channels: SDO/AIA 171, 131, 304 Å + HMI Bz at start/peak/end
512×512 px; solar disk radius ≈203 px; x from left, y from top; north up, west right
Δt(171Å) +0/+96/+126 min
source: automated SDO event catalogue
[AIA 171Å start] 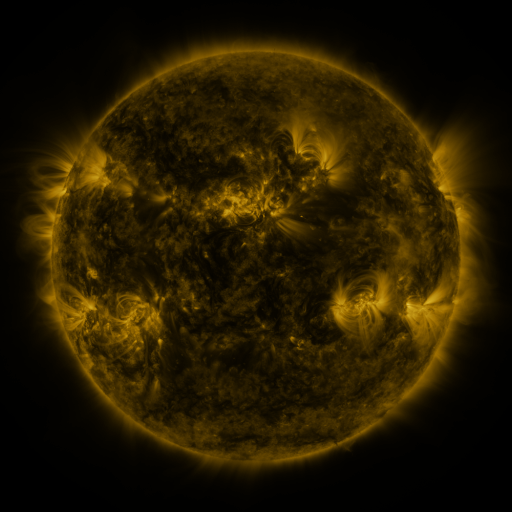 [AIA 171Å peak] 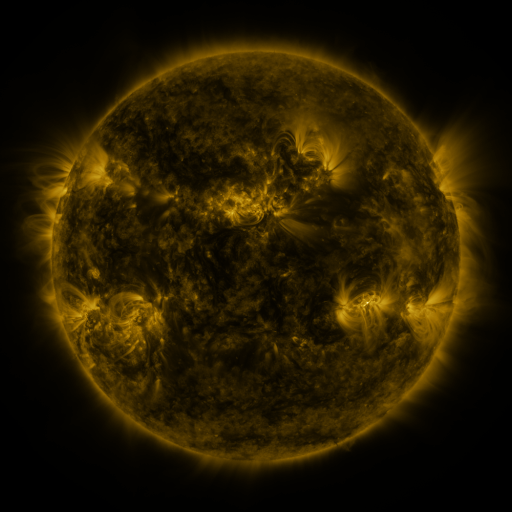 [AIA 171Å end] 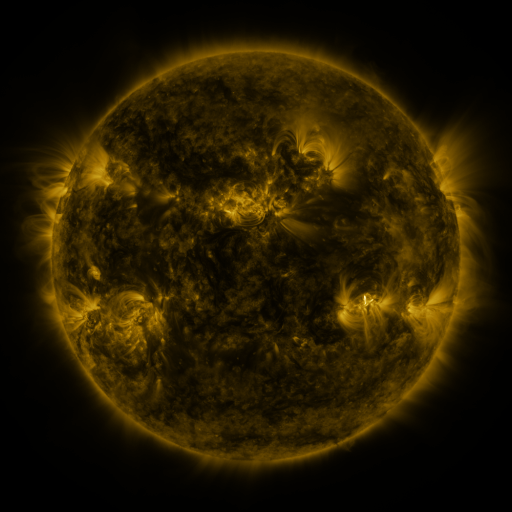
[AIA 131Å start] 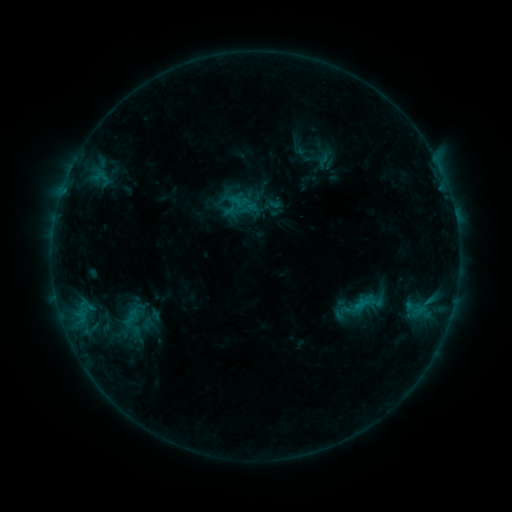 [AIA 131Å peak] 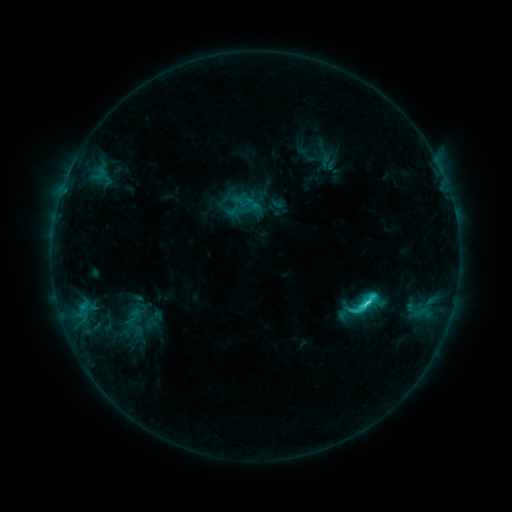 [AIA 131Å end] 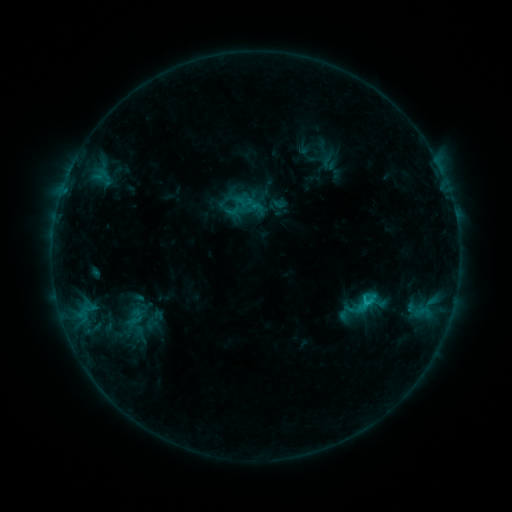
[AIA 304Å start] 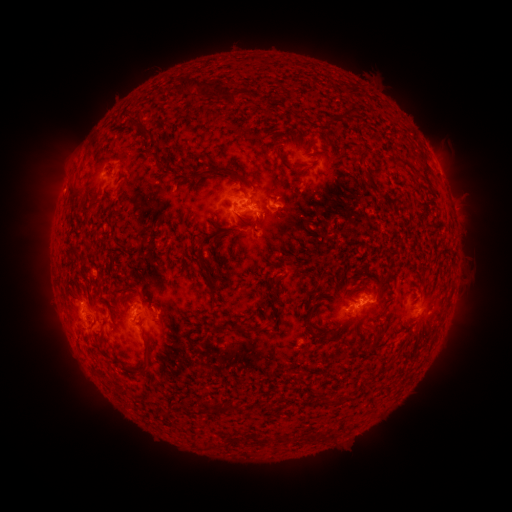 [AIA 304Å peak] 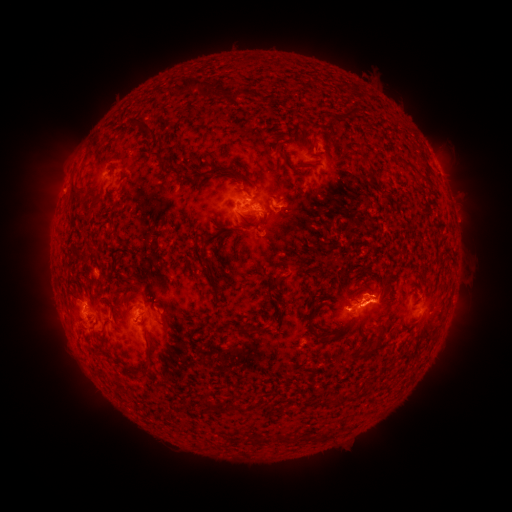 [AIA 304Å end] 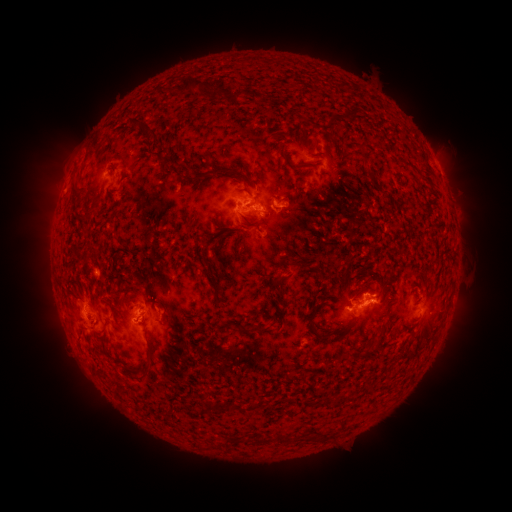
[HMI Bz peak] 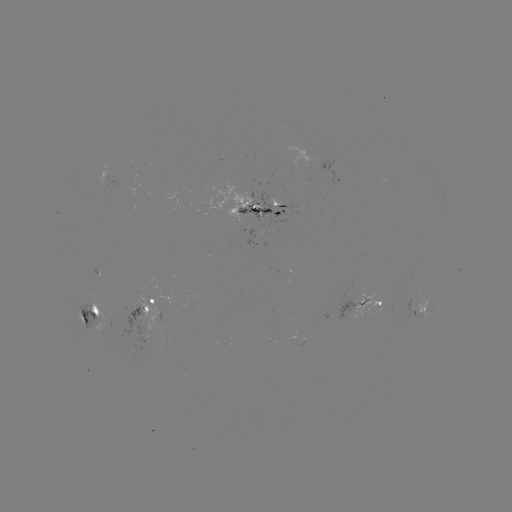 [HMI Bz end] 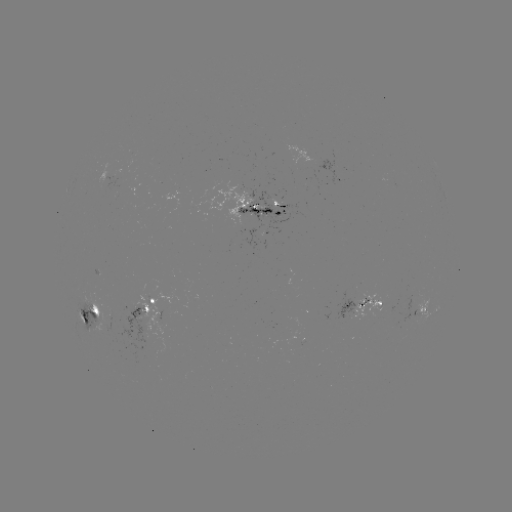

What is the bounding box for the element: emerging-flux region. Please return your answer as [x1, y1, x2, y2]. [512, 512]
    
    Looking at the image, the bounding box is [314, 159, 347, 186].